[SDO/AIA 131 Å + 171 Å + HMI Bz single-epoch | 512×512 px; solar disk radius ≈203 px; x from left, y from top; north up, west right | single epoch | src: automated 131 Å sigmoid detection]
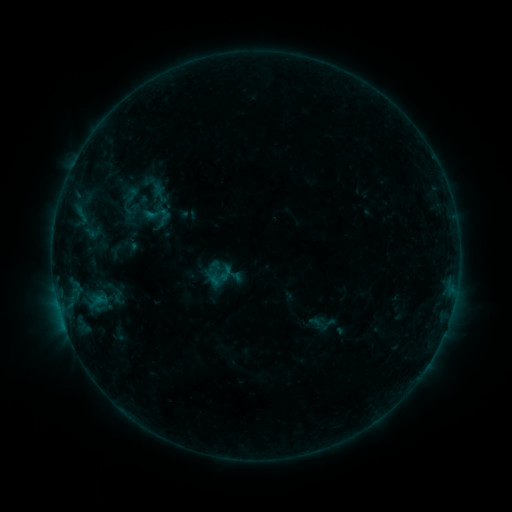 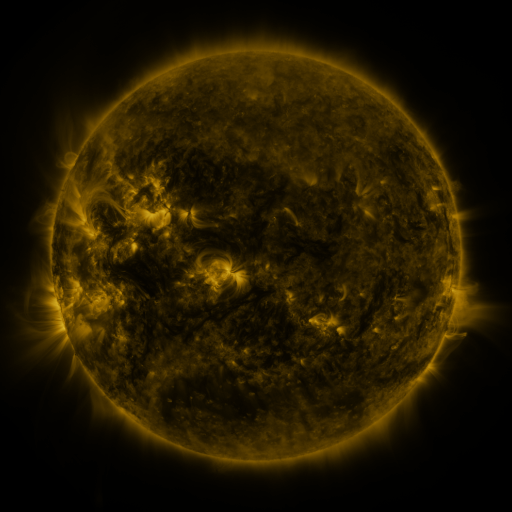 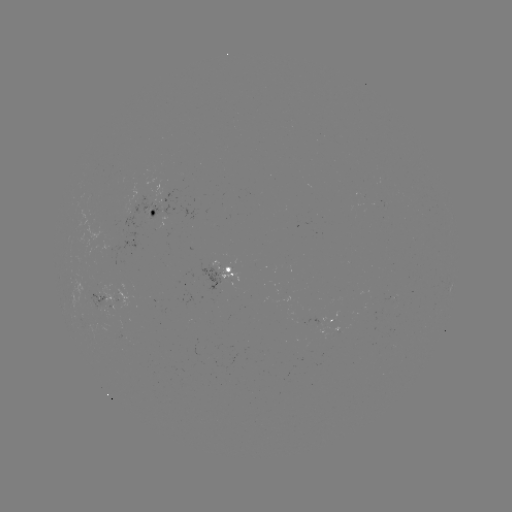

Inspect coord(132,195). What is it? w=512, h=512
sigmoid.